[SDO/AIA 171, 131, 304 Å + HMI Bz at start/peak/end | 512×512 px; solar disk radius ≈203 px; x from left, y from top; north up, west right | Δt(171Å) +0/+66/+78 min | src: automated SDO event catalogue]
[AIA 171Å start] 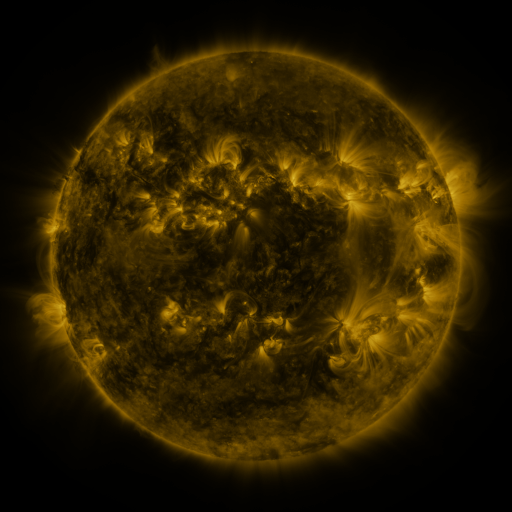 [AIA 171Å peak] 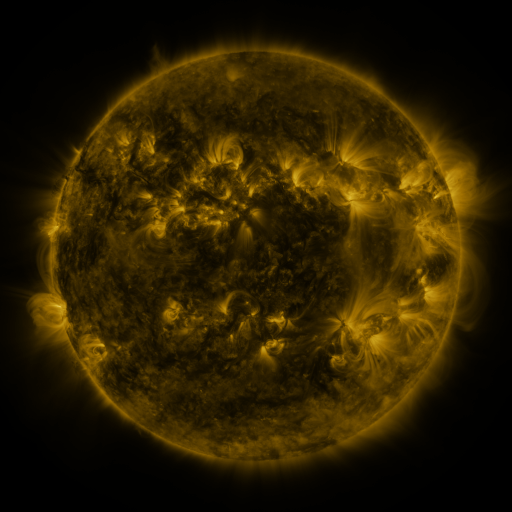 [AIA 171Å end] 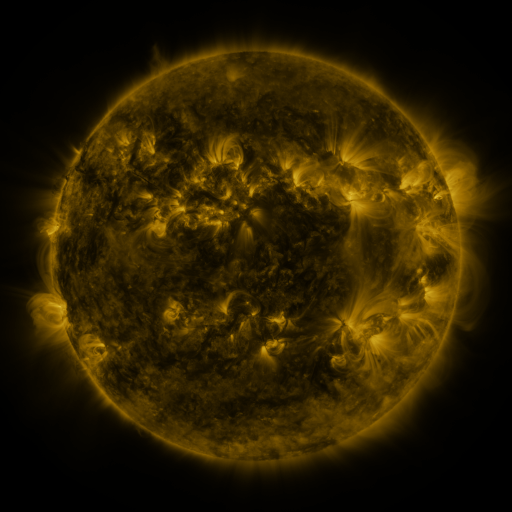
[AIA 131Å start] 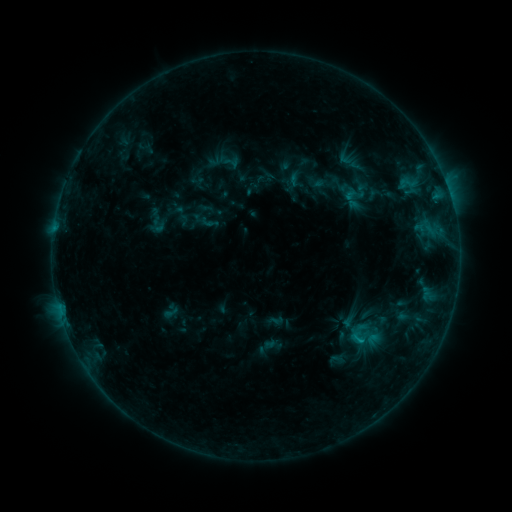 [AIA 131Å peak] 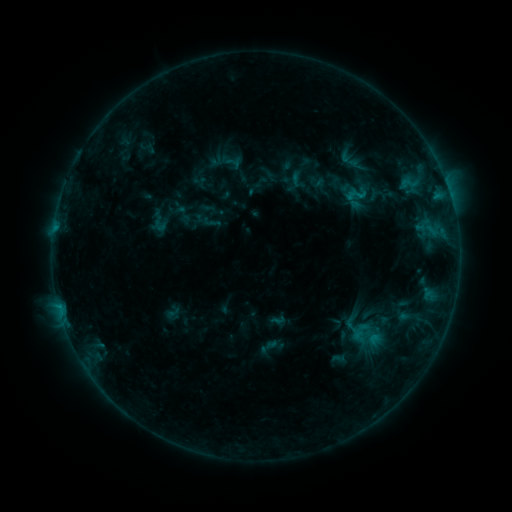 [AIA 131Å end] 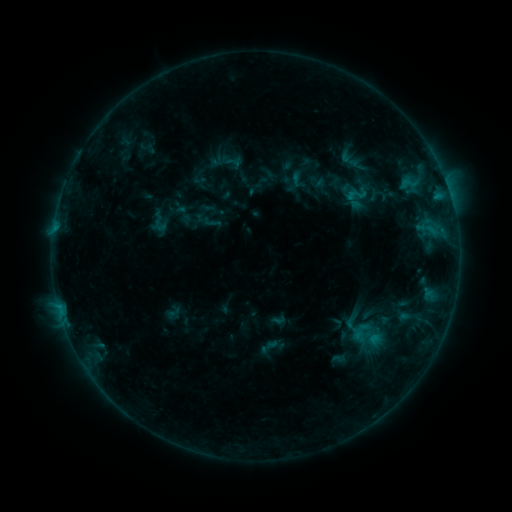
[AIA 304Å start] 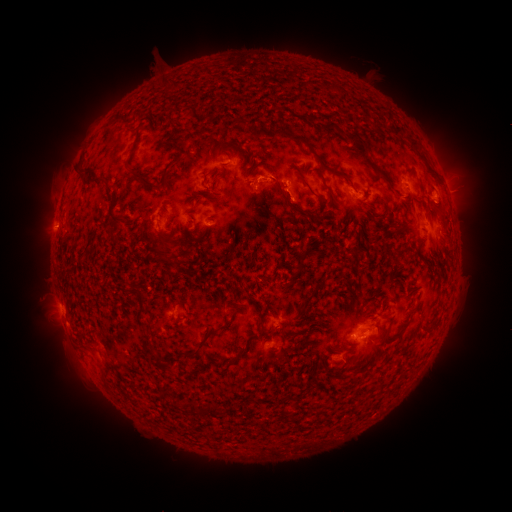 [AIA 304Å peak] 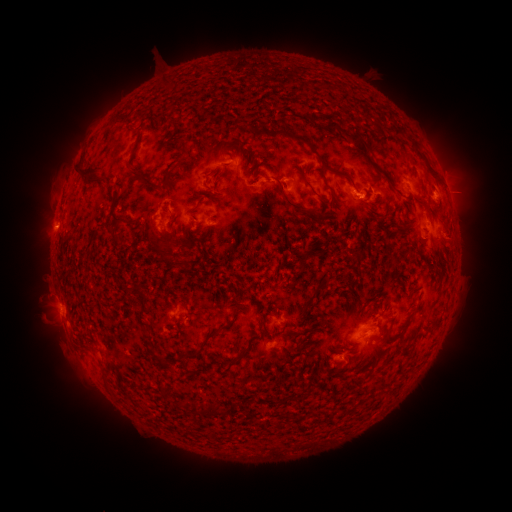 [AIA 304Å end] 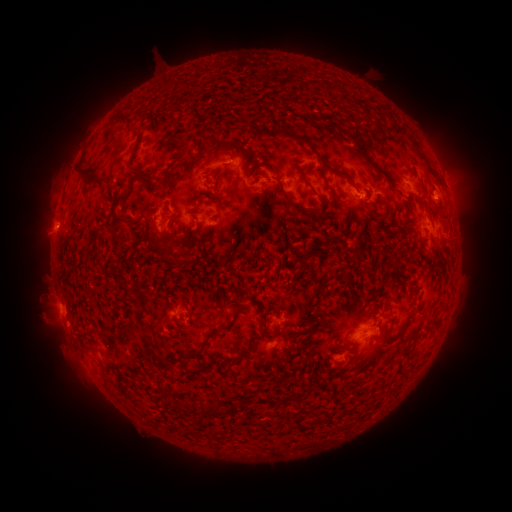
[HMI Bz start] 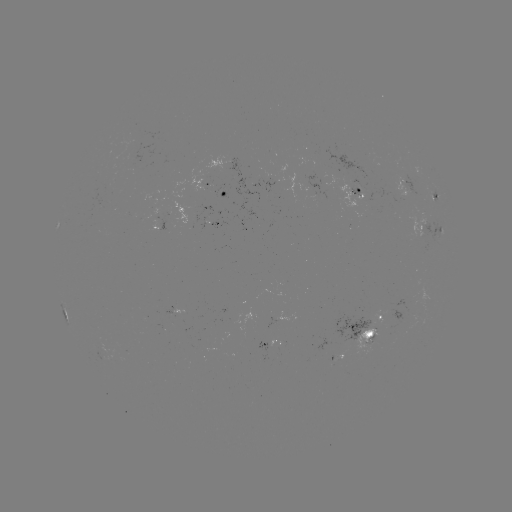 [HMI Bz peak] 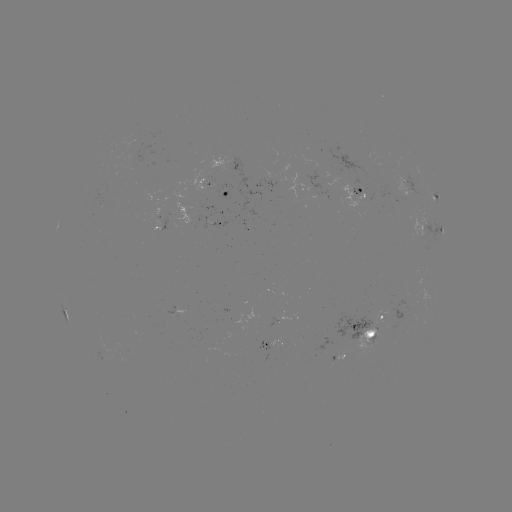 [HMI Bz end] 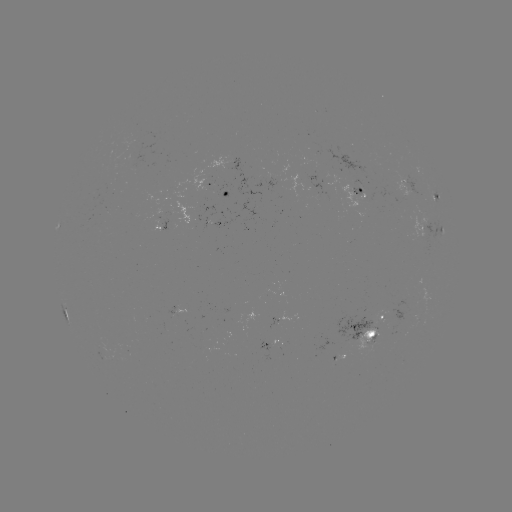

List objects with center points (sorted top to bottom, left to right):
emerging-flux region: (373, 333)
